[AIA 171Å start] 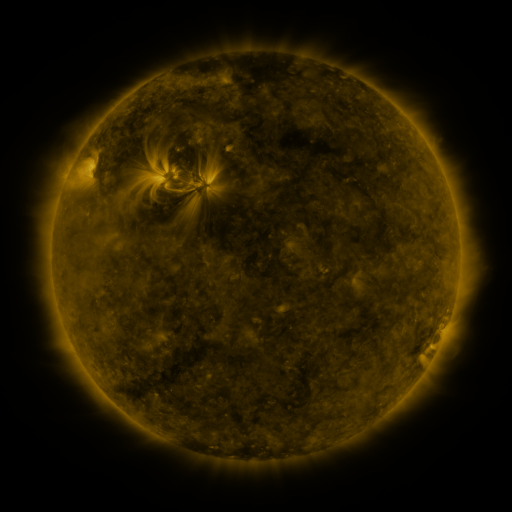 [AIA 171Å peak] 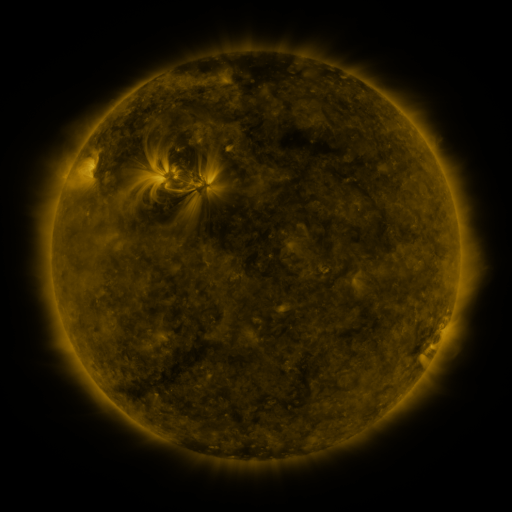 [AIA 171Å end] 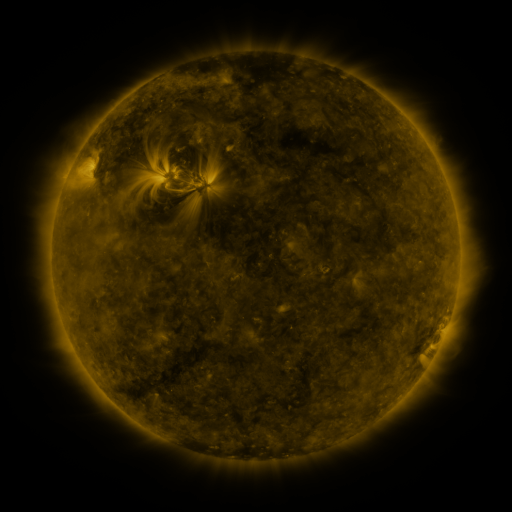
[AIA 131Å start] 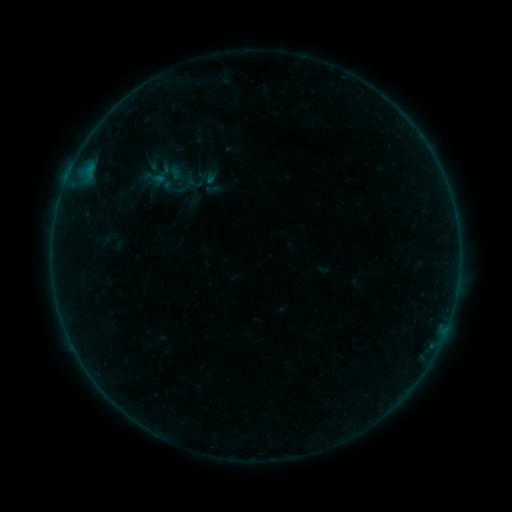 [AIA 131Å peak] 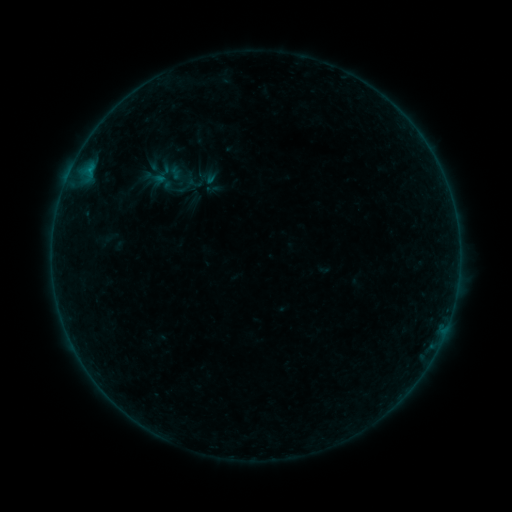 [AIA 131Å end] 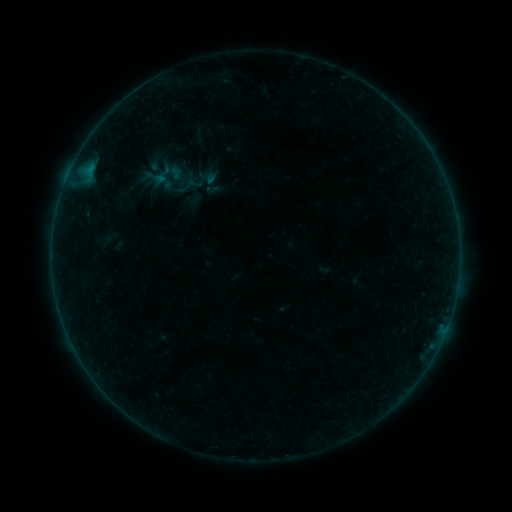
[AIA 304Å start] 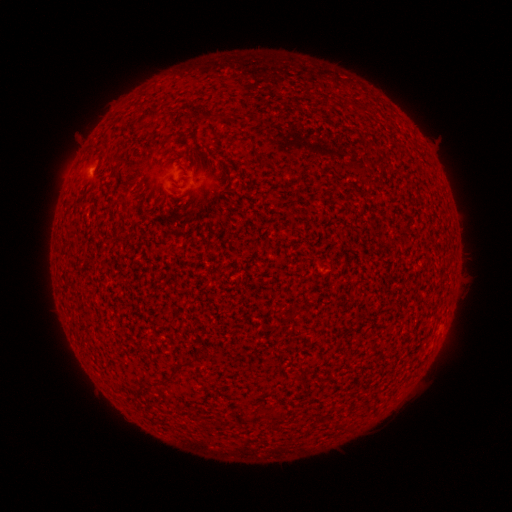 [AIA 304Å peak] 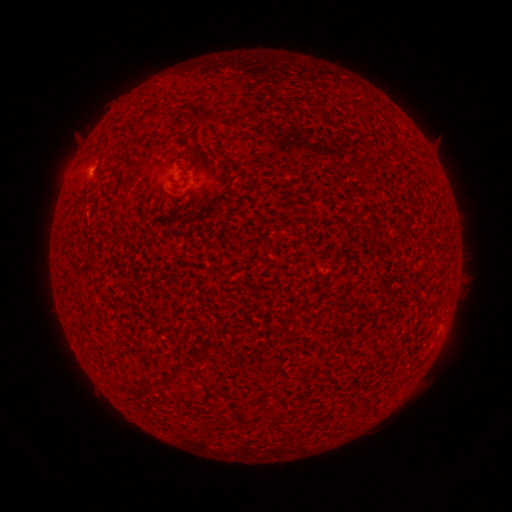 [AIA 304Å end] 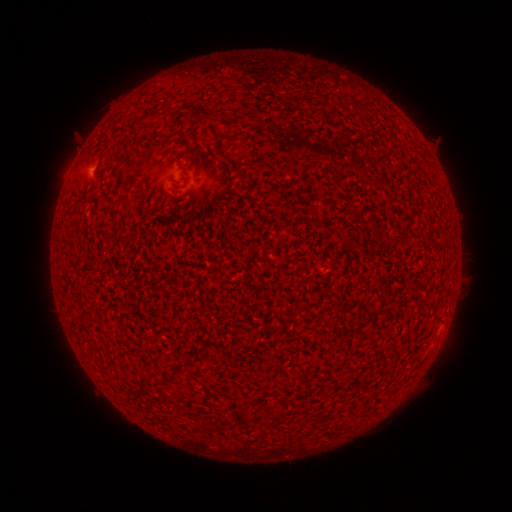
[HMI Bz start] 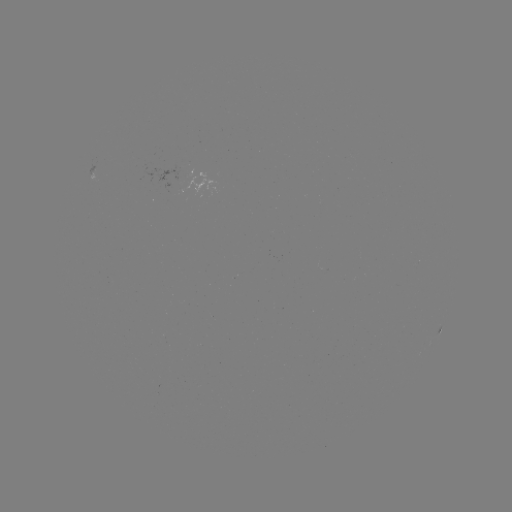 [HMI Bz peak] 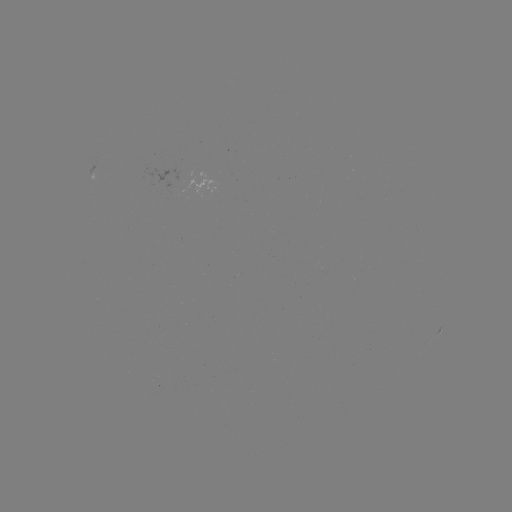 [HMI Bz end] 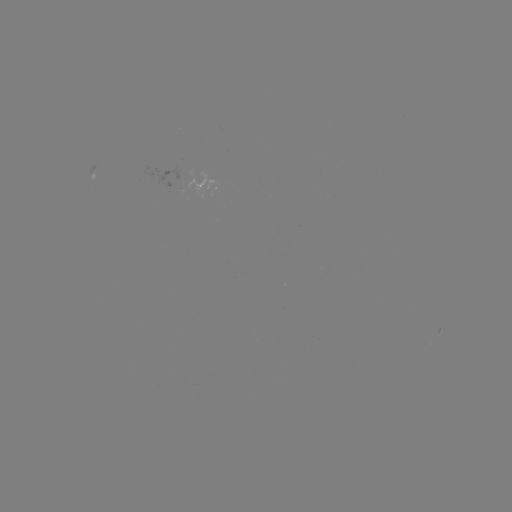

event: flare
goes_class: A8.9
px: (90, 171)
